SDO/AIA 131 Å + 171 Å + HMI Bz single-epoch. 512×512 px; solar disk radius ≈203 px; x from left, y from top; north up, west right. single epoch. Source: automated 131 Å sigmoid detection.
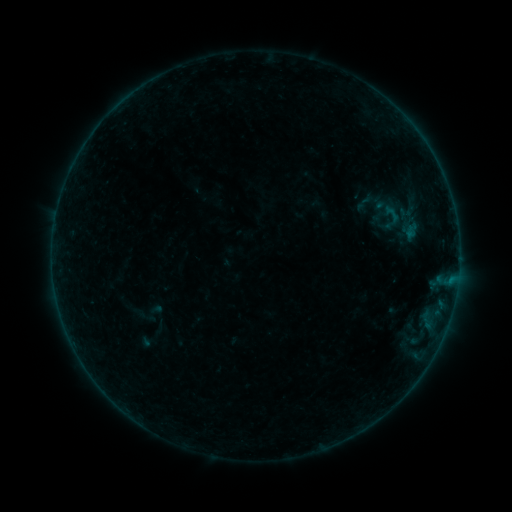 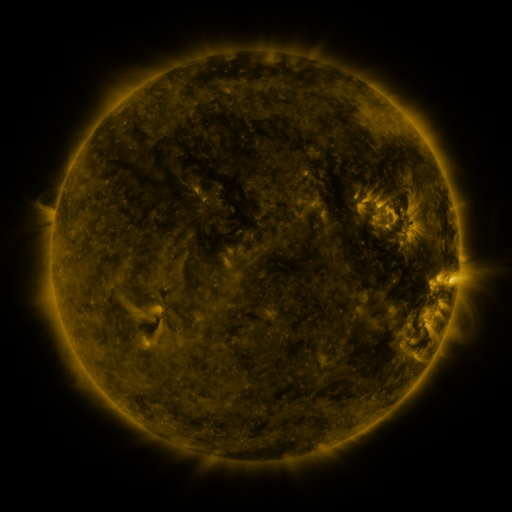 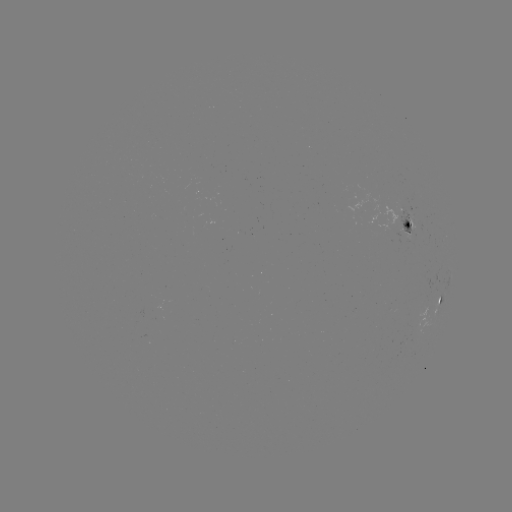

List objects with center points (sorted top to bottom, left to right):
sigmoid: [350, 188, 387, 215]
